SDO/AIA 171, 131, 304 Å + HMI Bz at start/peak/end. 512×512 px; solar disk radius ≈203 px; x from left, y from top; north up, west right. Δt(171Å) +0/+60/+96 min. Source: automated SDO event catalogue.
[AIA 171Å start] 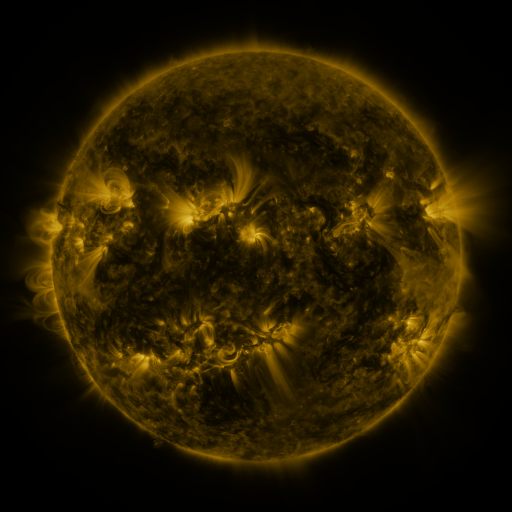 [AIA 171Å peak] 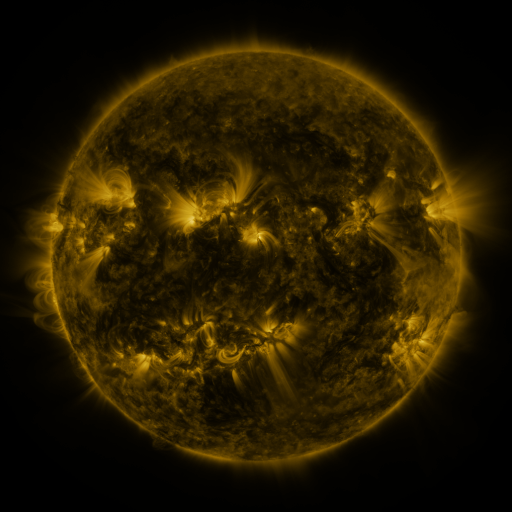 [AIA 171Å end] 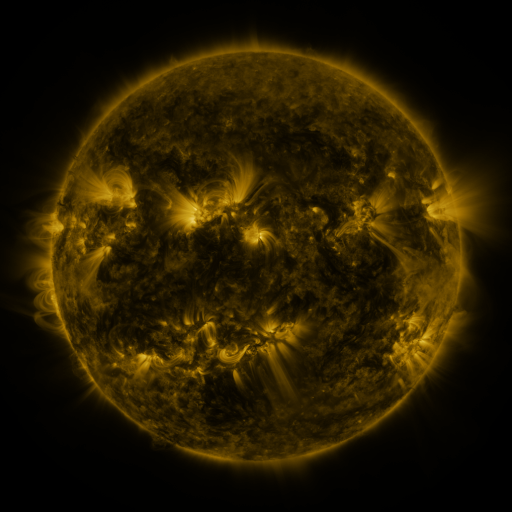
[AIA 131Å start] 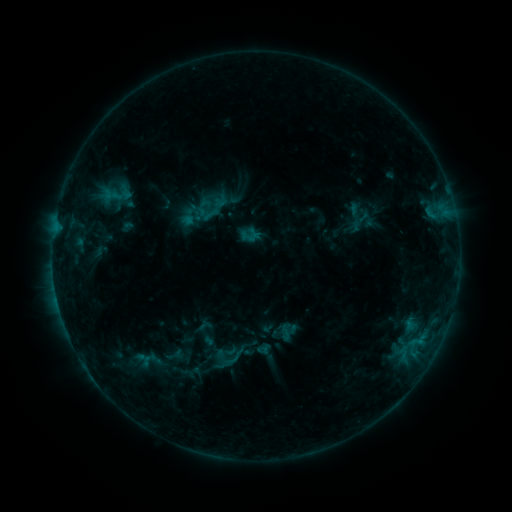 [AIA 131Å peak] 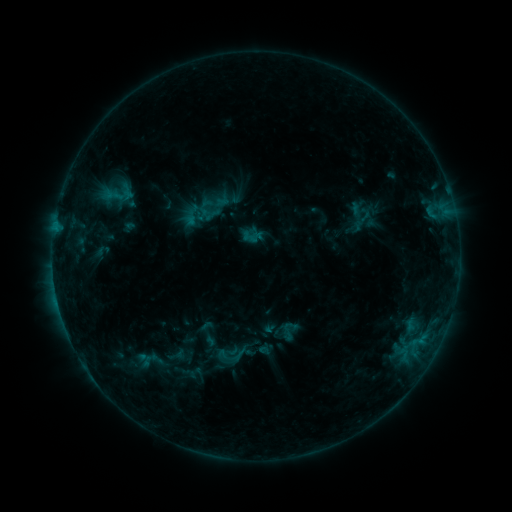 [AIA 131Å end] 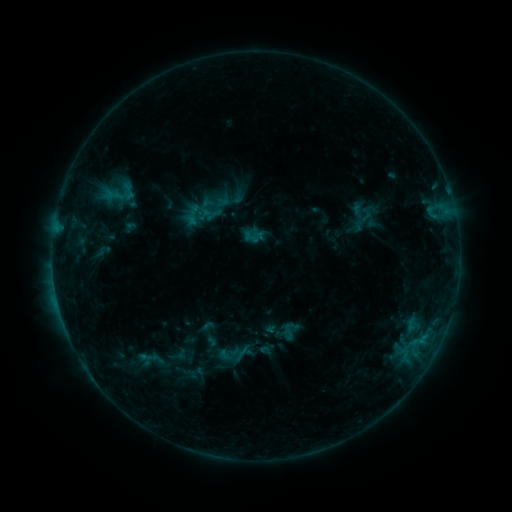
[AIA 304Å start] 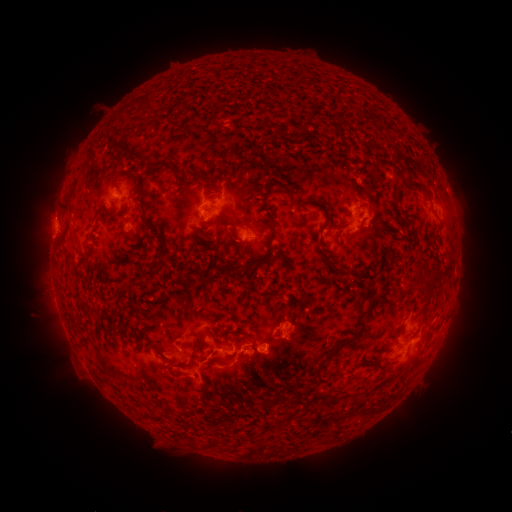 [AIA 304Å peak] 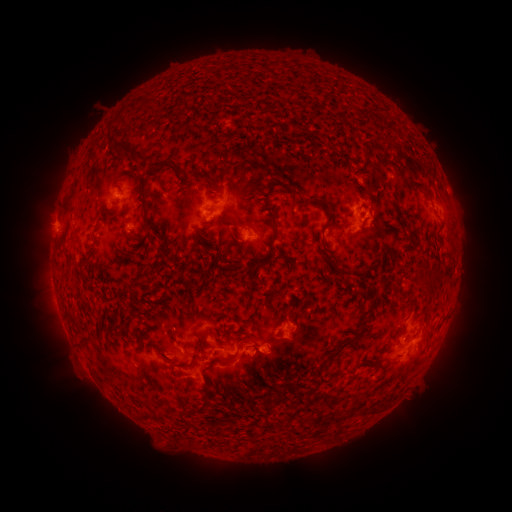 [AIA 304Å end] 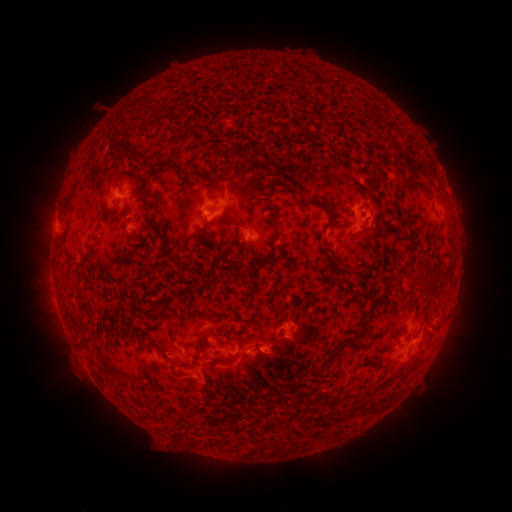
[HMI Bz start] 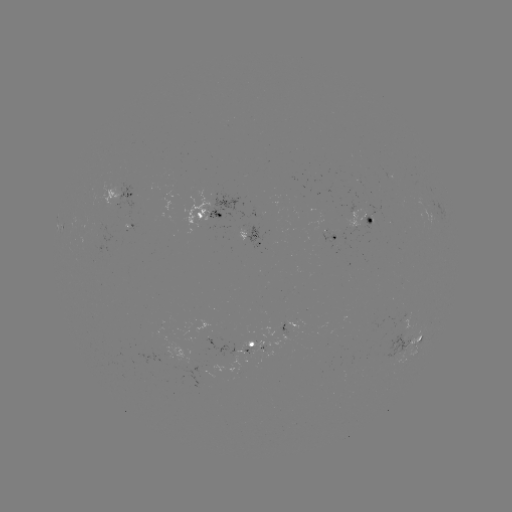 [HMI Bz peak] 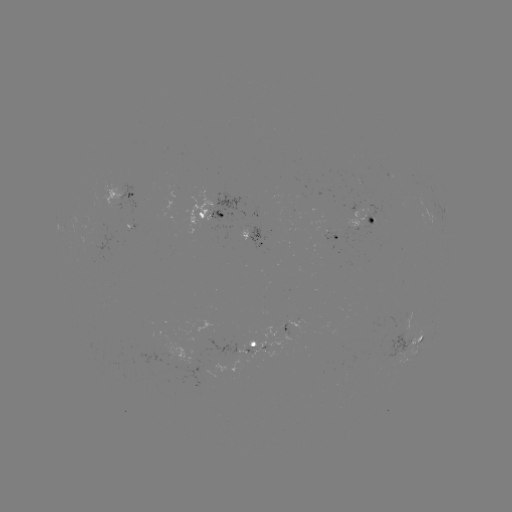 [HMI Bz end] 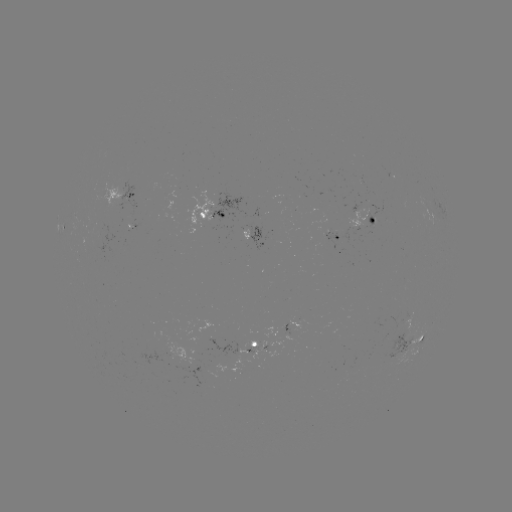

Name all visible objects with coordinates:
emerging-flux region: (253, 354)
